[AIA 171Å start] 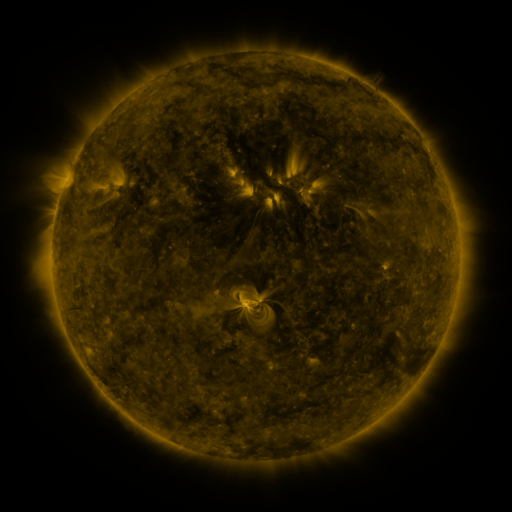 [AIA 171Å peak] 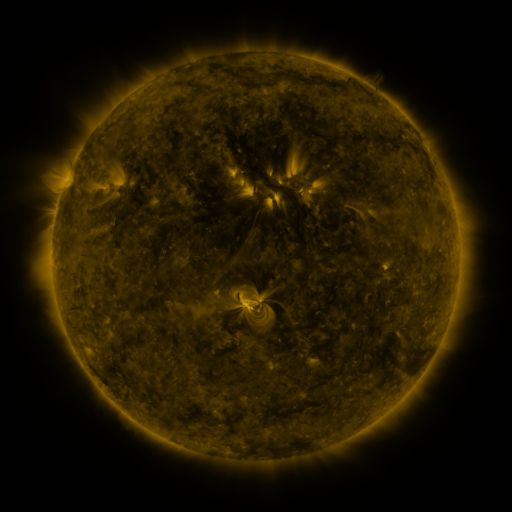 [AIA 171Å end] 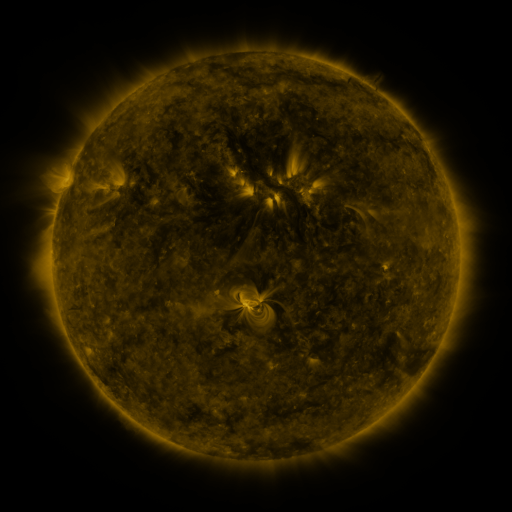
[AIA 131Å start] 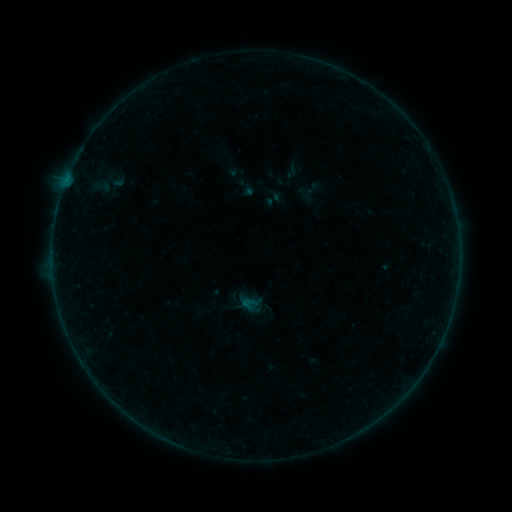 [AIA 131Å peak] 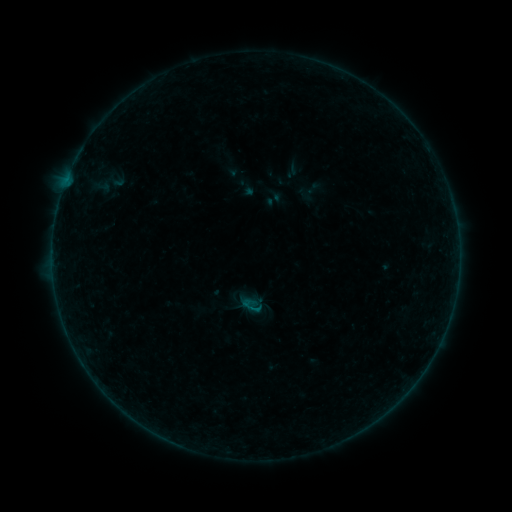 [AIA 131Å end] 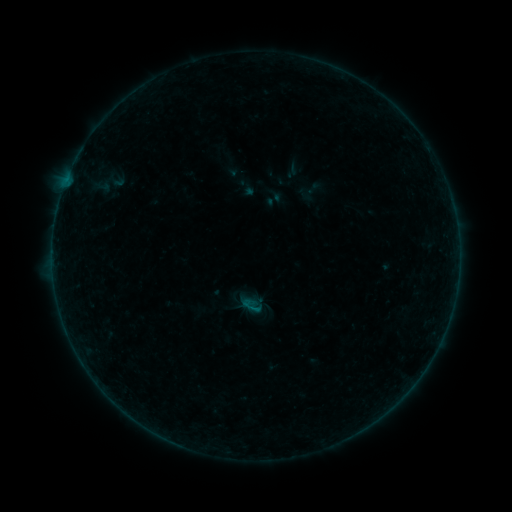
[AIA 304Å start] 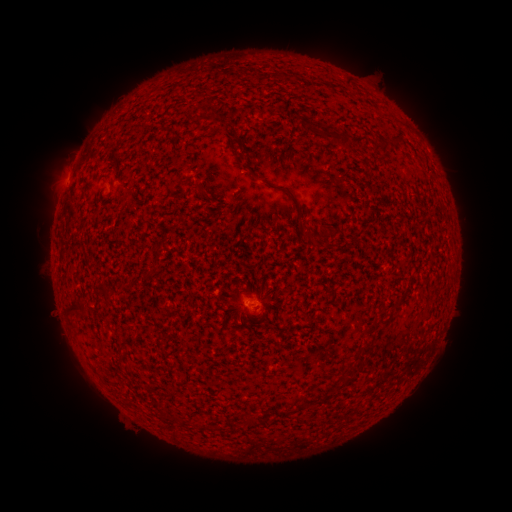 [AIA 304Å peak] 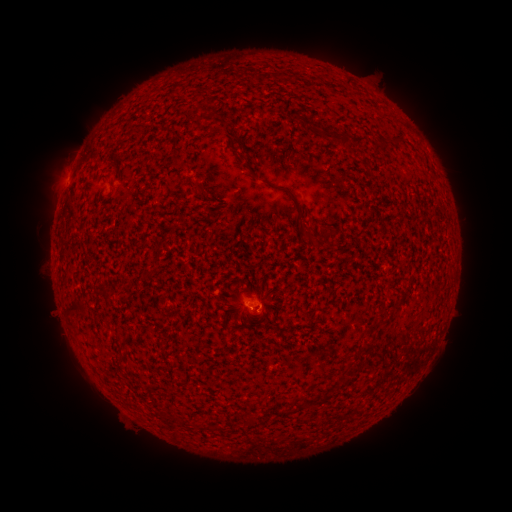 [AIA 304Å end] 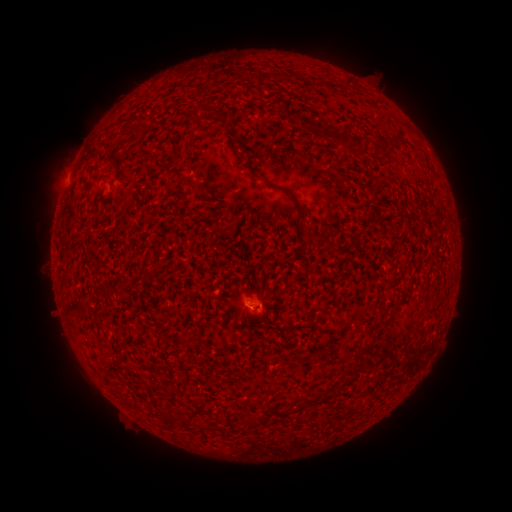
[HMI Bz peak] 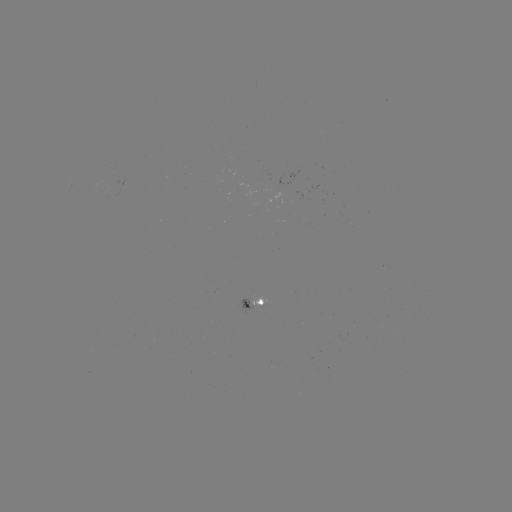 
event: flare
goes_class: B1.4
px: (252, 302)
